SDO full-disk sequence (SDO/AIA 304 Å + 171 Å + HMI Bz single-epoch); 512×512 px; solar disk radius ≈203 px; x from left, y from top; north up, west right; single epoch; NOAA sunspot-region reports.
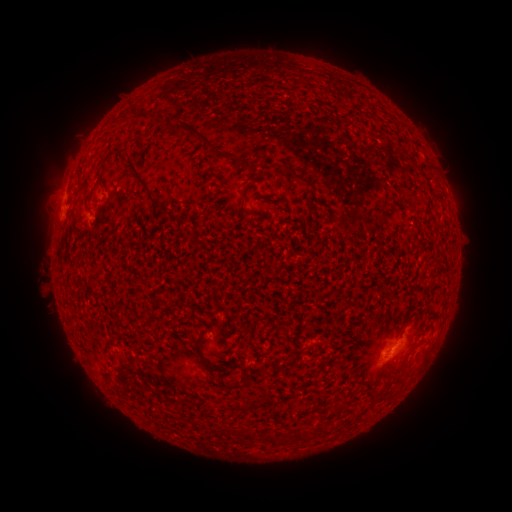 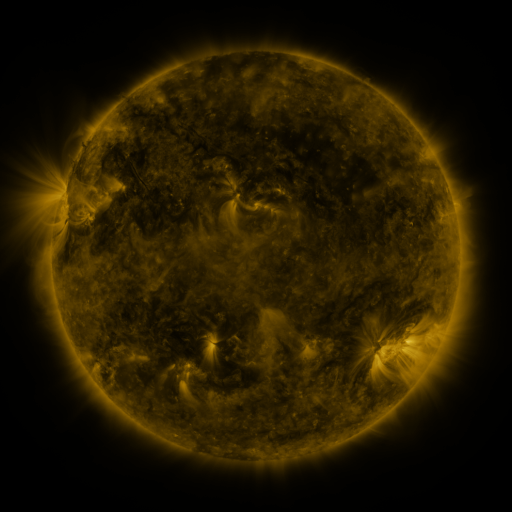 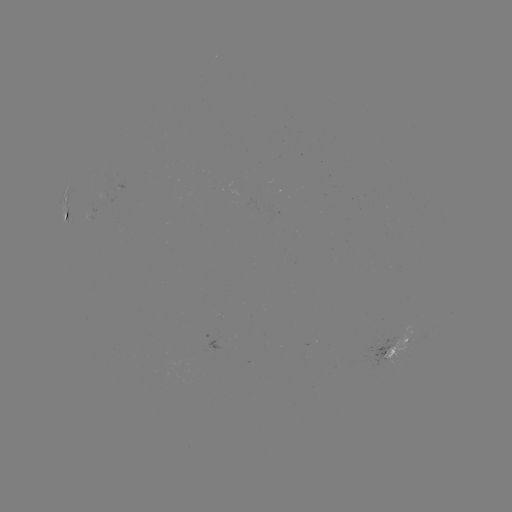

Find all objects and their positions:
spotted active region: (66, 204)
spotted active region: (394, 350)
